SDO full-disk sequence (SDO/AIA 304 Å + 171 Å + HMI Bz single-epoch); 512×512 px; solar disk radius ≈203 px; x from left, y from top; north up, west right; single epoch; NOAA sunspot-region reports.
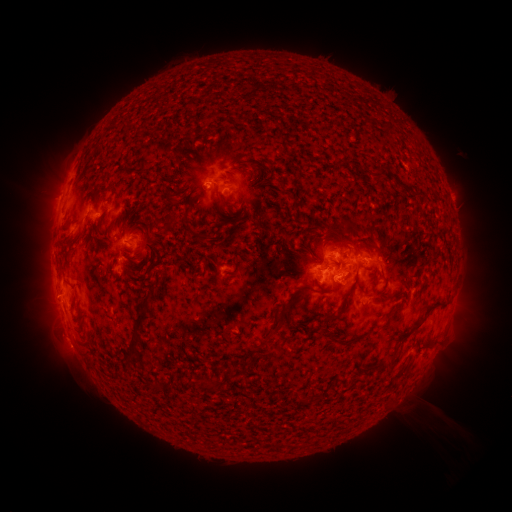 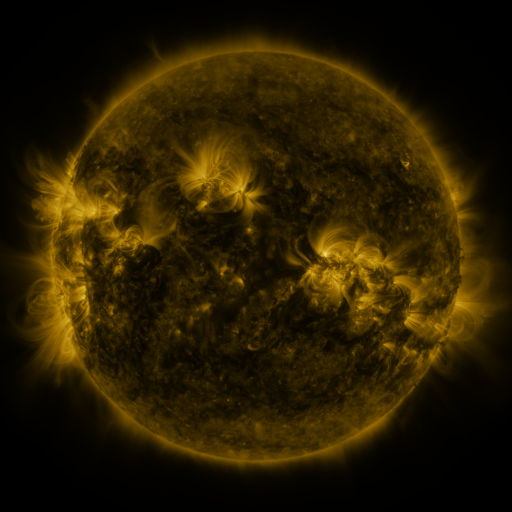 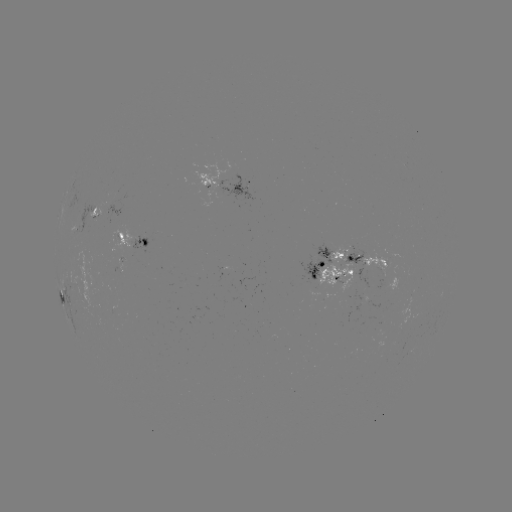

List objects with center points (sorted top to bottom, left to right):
spotted active region: (231, 185)
spotted active region: (108, 210)
spotted active region: (136, 242)
spotted active region: (369, 259)
spotted active region: (331, 267)
spotted active region: (64, 302)
